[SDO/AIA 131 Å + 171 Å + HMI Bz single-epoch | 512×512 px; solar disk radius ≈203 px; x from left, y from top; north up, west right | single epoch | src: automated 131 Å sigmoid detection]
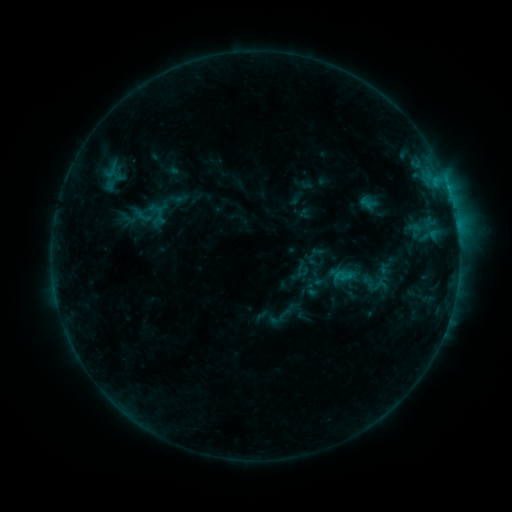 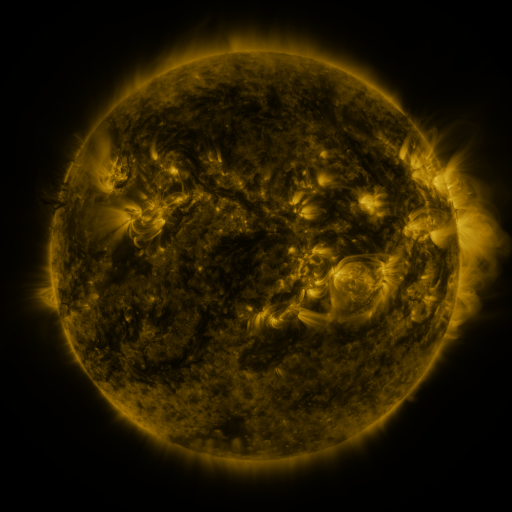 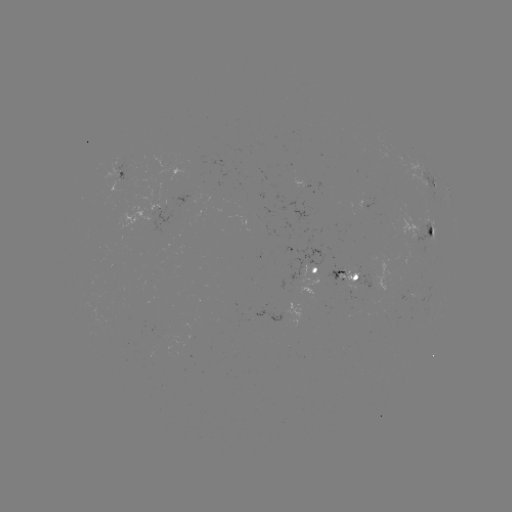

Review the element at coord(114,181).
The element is sigmoid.